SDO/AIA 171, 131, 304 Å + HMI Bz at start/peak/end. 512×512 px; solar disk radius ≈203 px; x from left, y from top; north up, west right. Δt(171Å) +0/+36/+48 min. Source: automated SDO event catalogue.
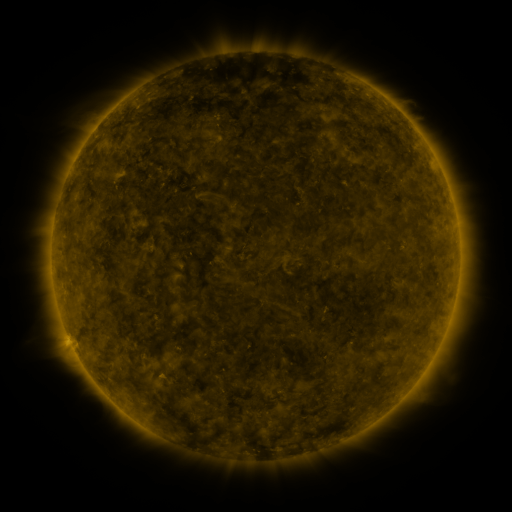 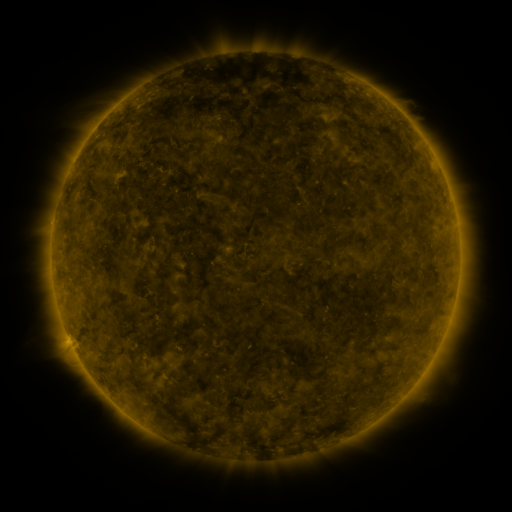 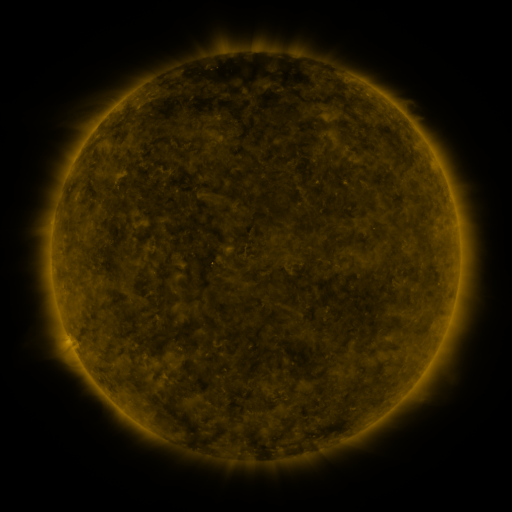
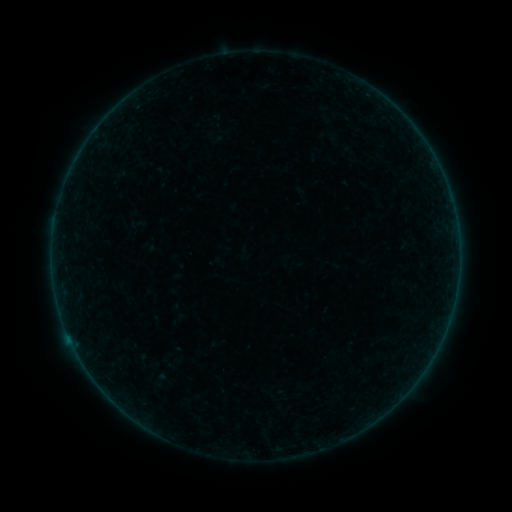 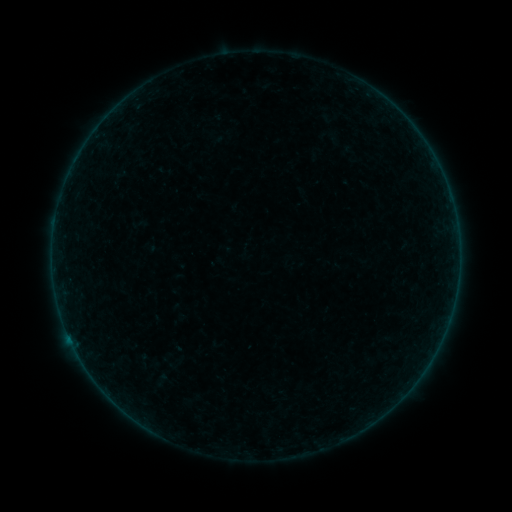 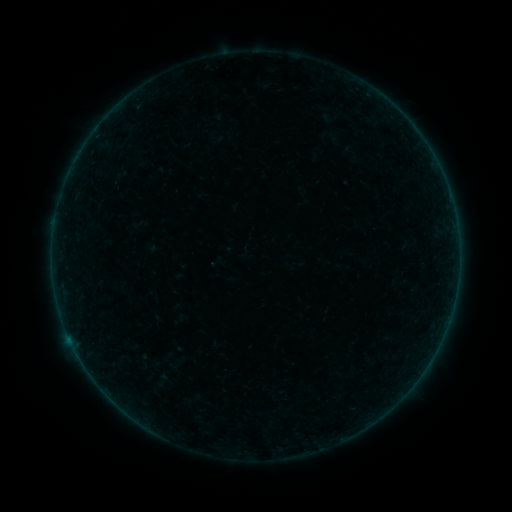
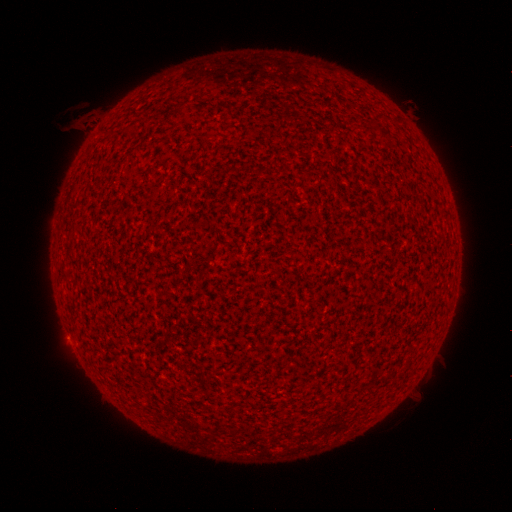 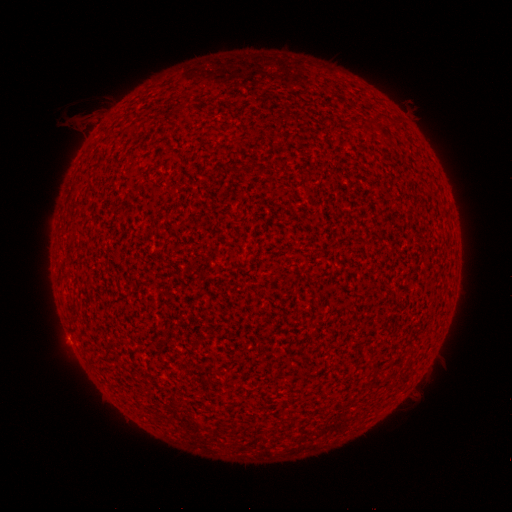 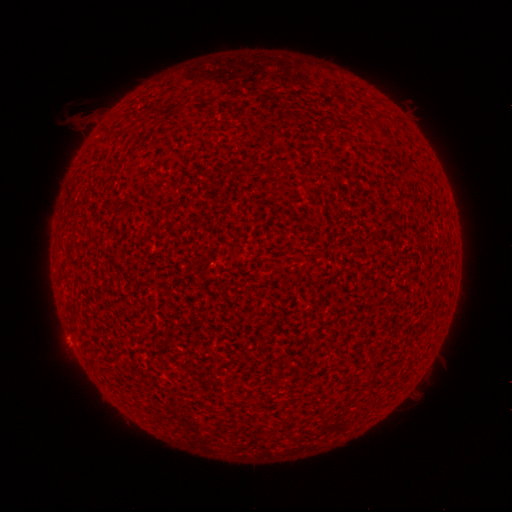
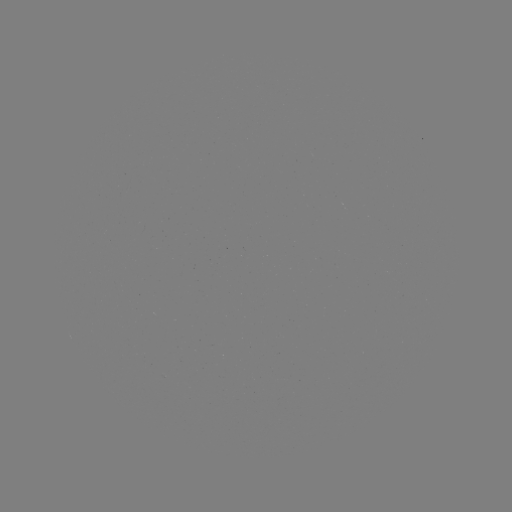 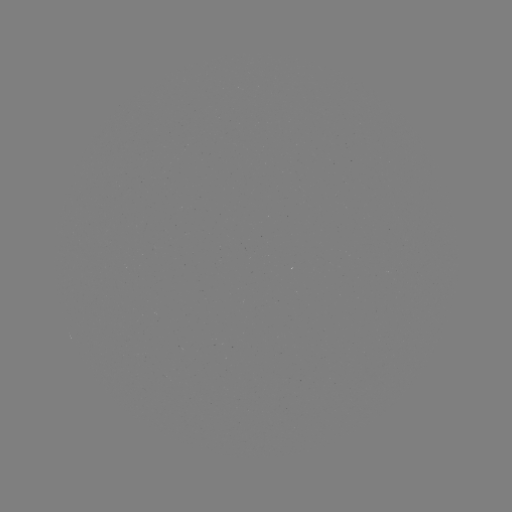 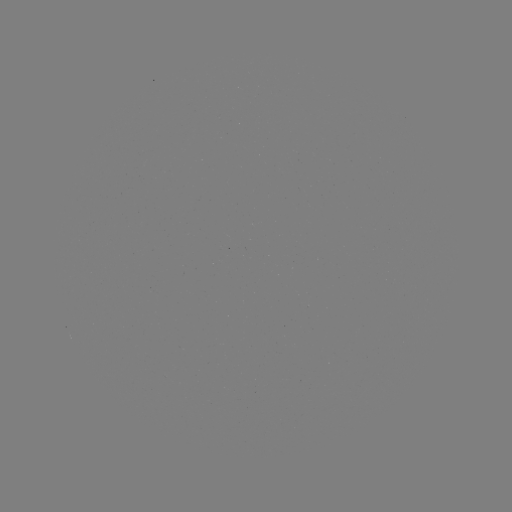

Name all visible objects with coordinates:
A9.1 flare: (70, 338)
